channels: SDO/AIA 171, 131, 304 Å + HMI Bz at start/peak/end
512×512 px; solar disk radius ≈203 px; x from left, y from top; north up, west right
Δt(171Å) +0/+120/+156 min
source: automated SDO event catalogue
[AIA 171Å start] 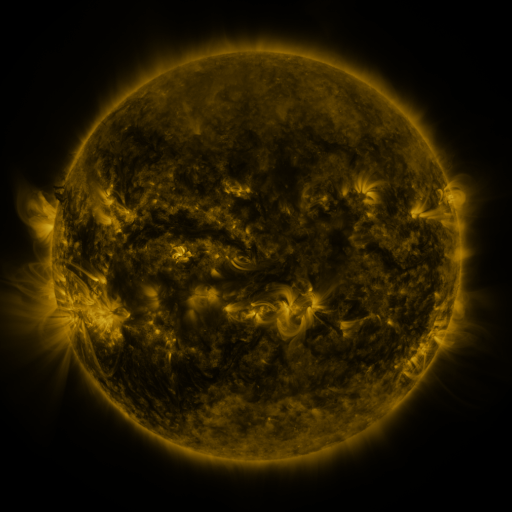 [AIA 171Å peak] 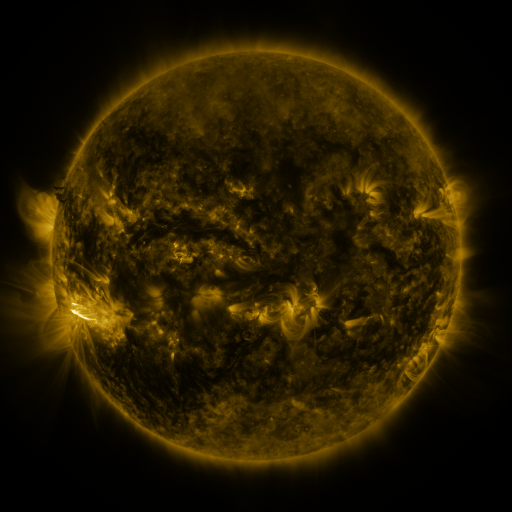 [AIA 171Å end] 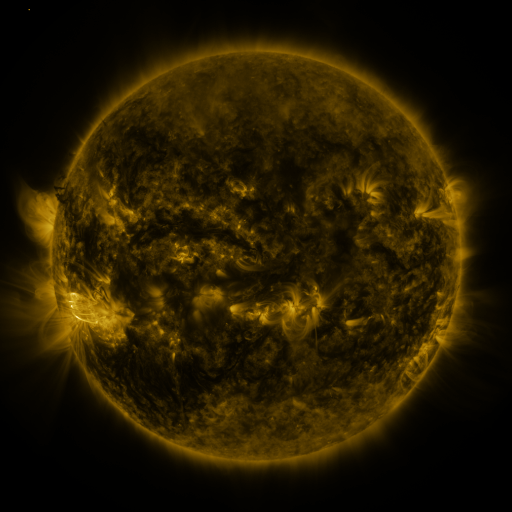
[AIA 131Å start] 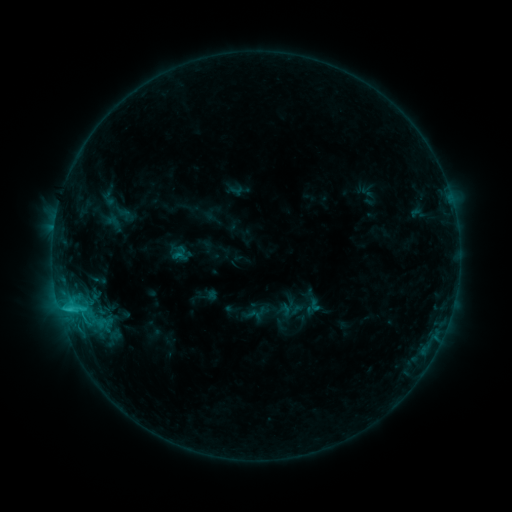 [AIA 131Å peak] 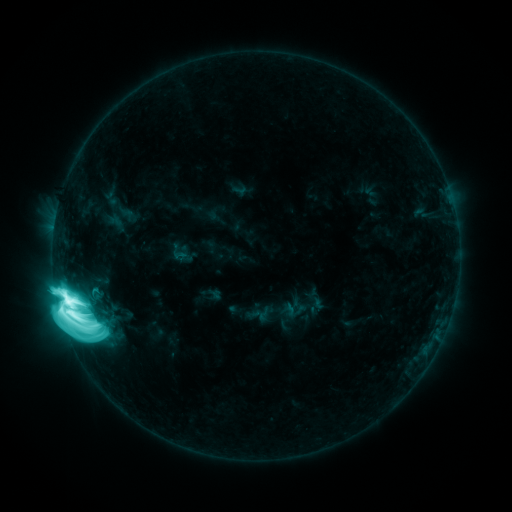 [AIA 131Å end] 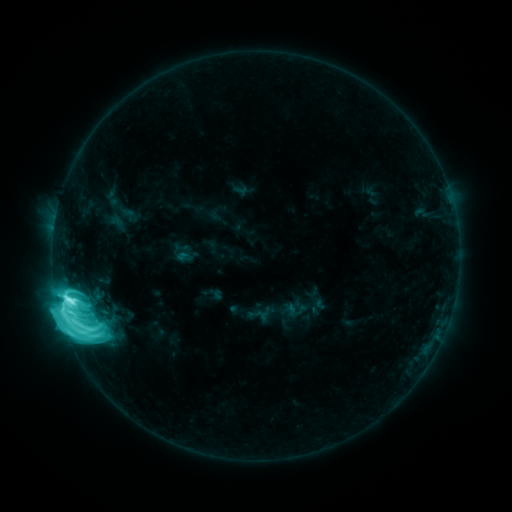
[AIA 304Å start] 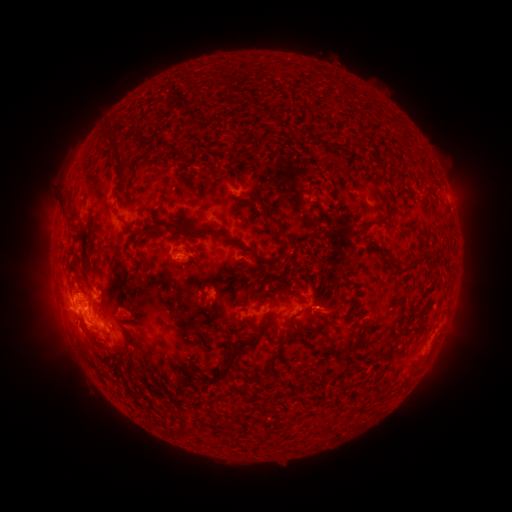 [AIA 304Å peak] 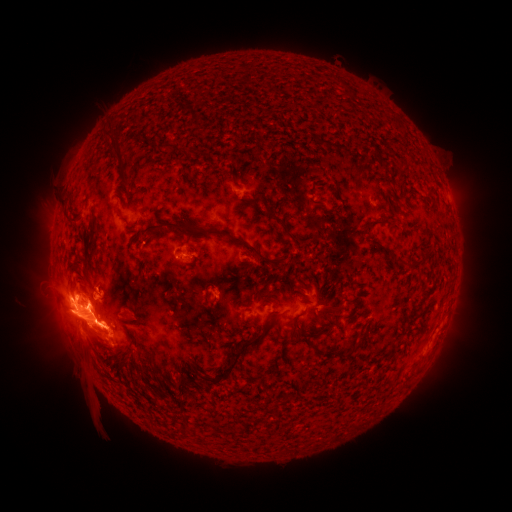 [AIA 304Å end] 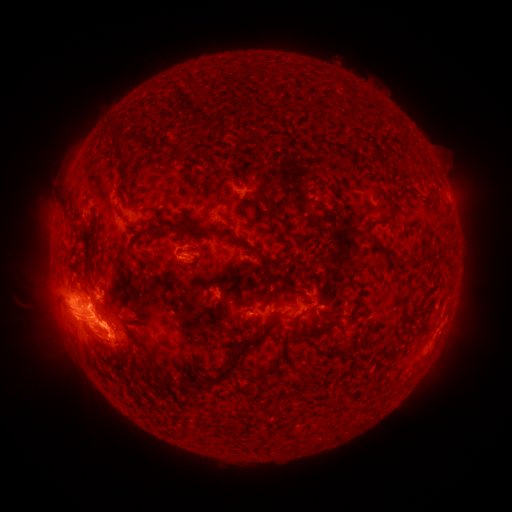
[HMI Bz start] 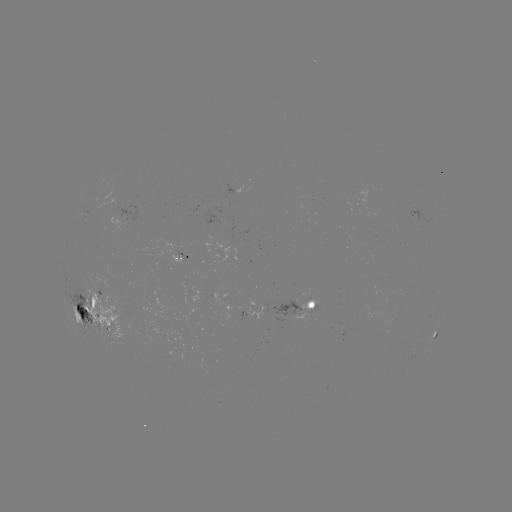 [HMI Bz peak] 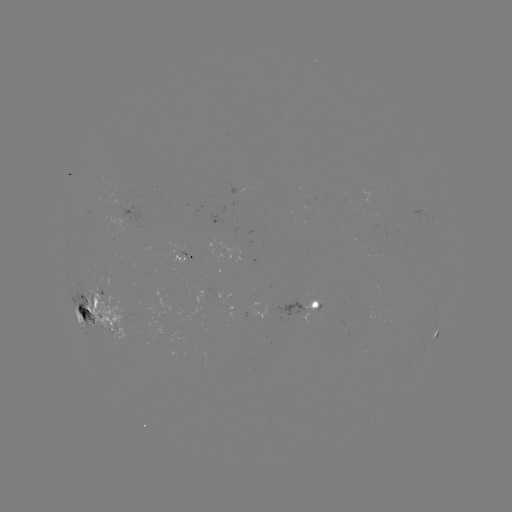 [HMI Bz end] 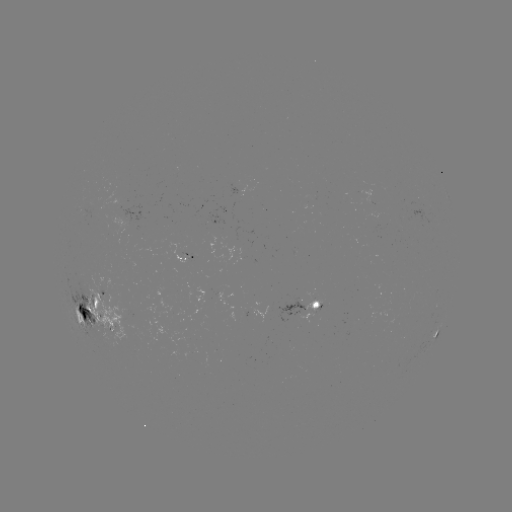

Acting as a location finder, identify emerging-flux region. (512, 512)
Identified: [96, 307].